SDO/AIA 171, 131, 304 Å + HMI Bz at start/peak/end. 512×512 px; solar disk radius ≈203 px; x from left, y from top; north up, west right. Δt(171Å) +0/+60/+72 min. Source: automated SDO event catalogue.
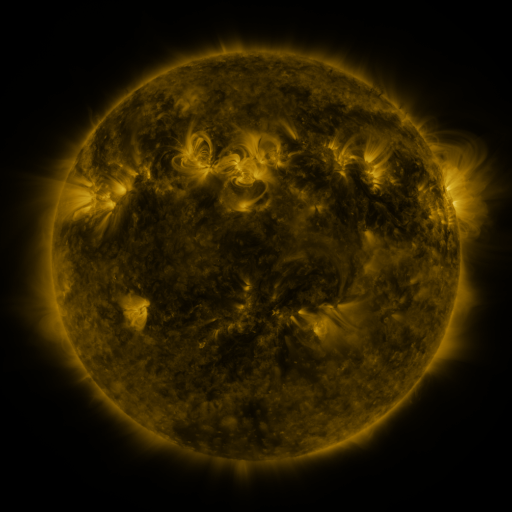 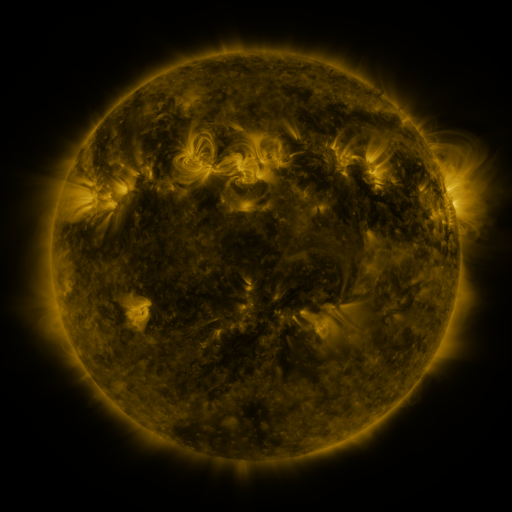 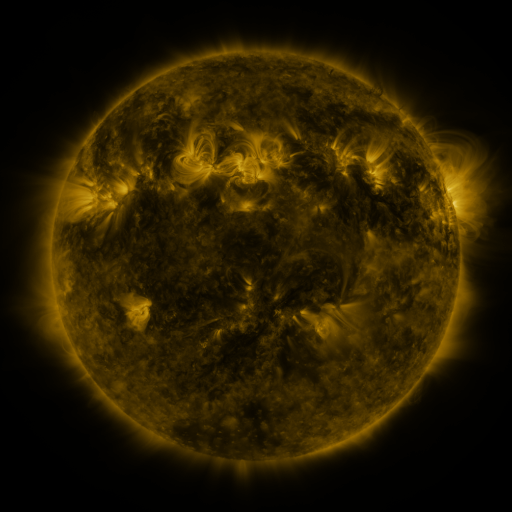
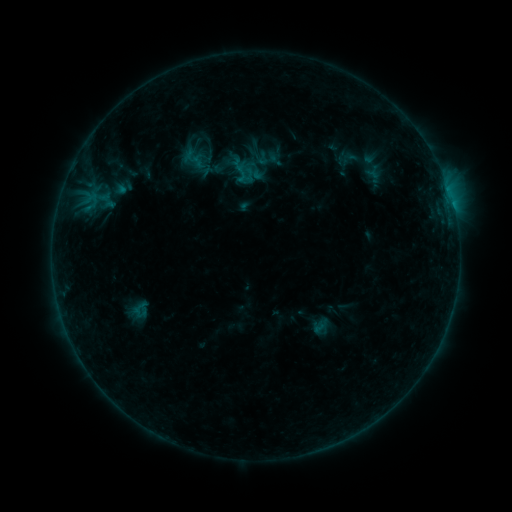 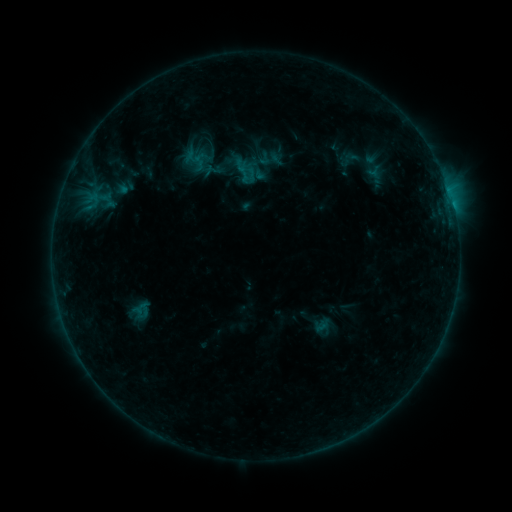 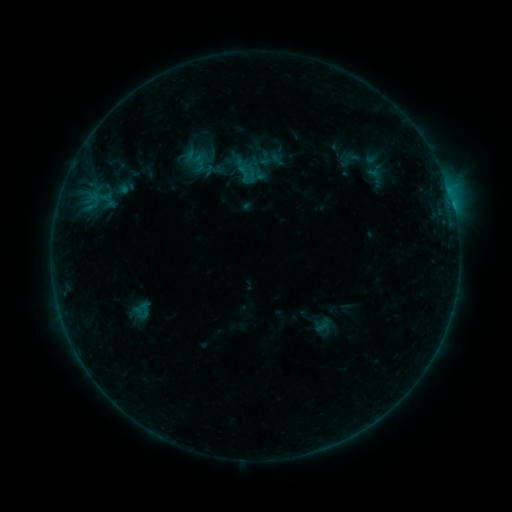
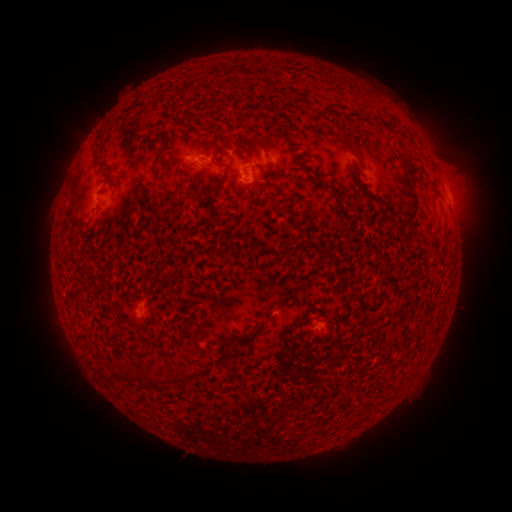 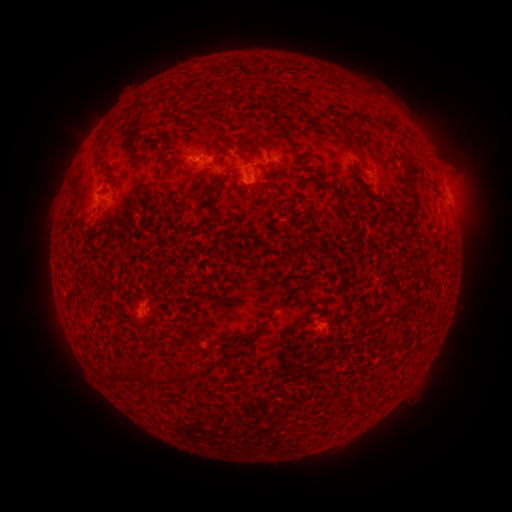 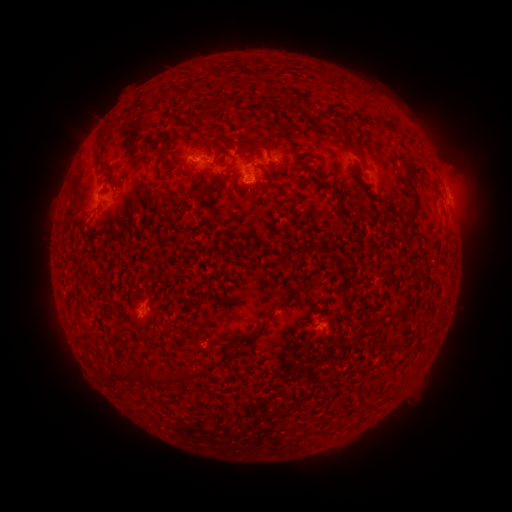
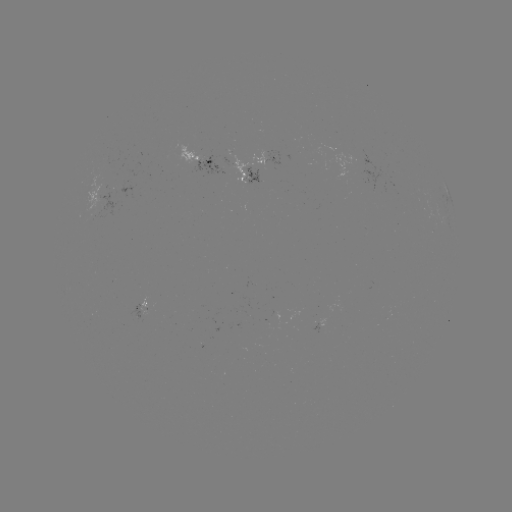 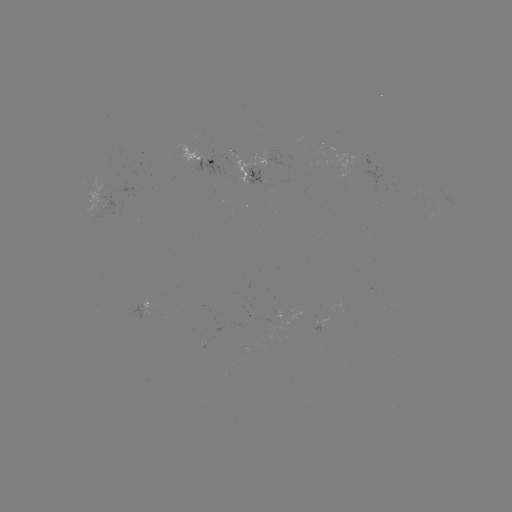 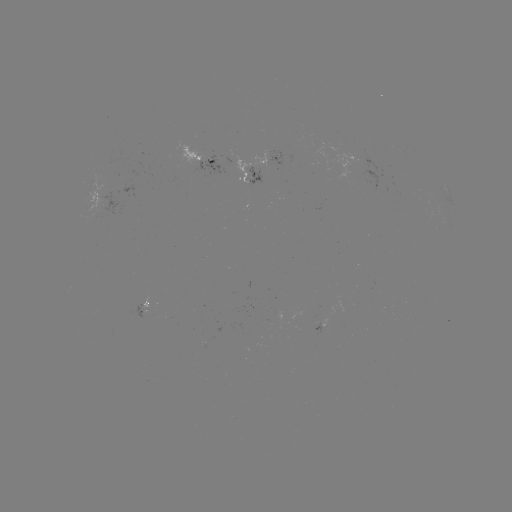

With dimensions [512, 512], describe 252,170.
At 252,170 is emerging-flux region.